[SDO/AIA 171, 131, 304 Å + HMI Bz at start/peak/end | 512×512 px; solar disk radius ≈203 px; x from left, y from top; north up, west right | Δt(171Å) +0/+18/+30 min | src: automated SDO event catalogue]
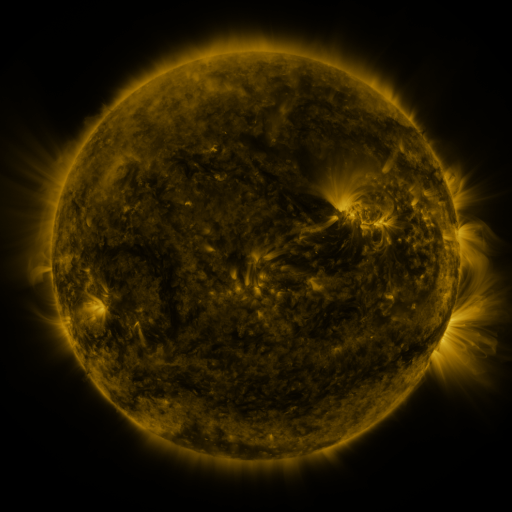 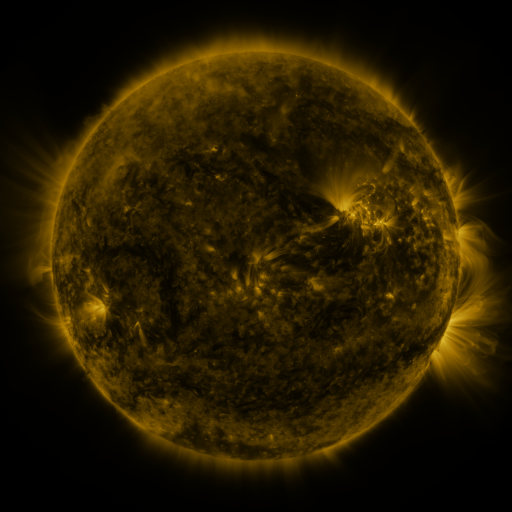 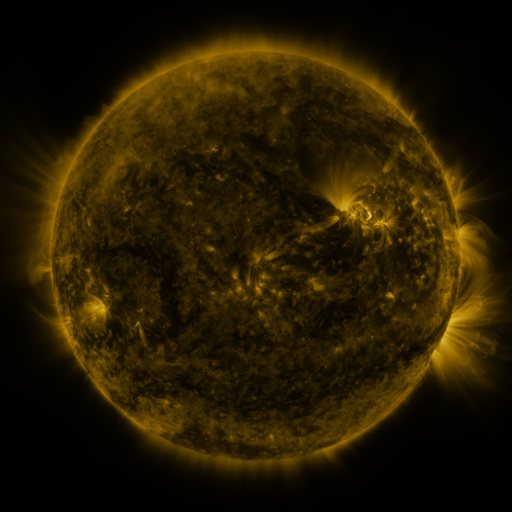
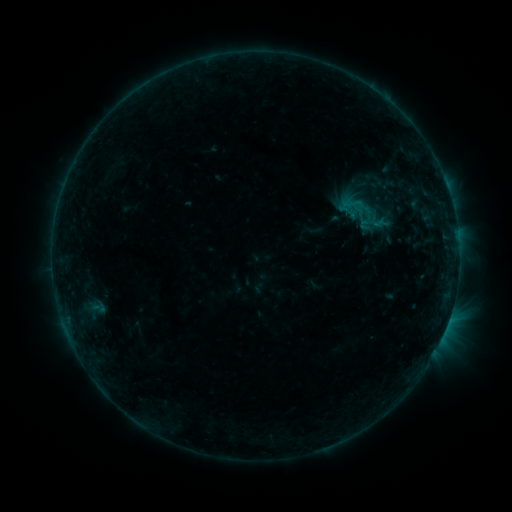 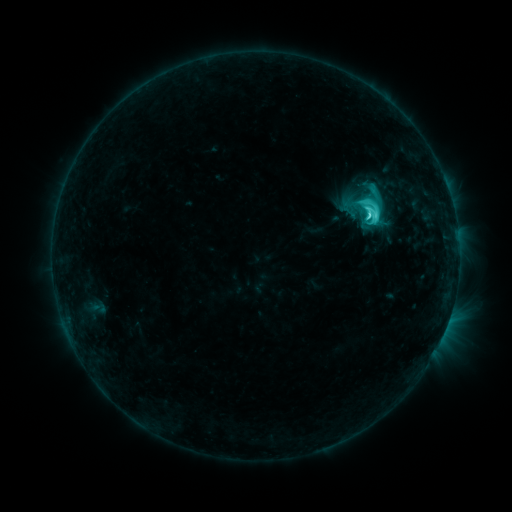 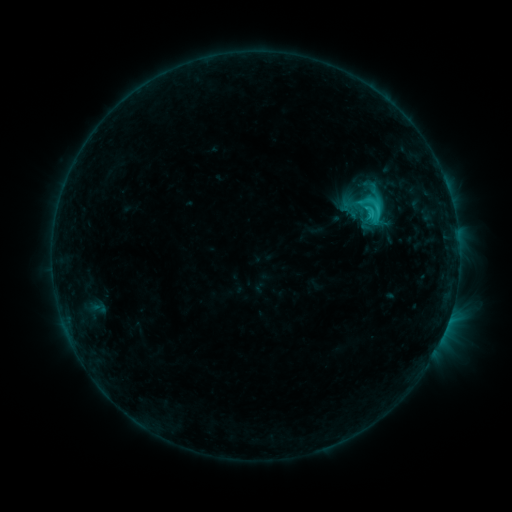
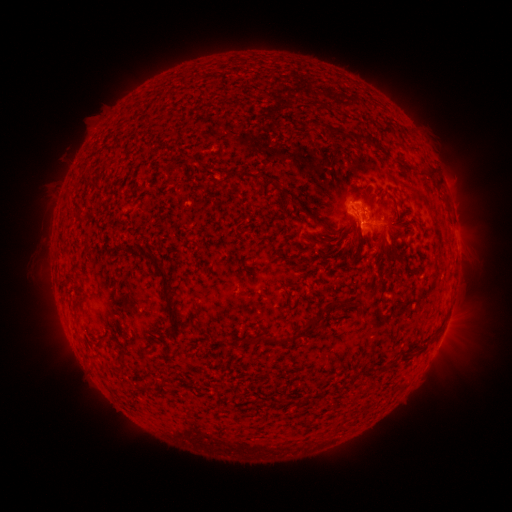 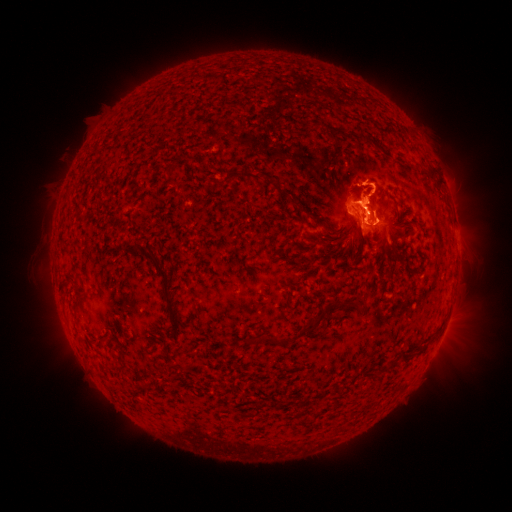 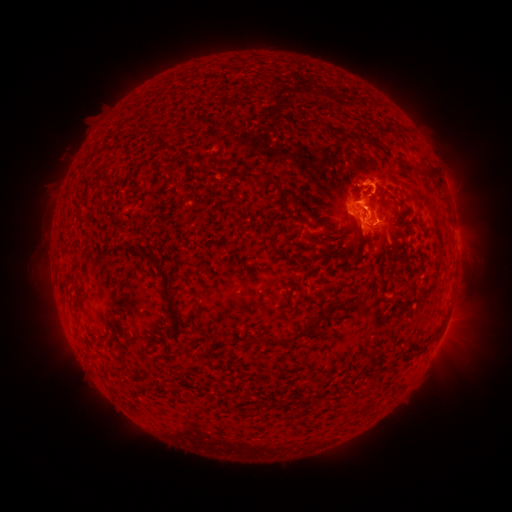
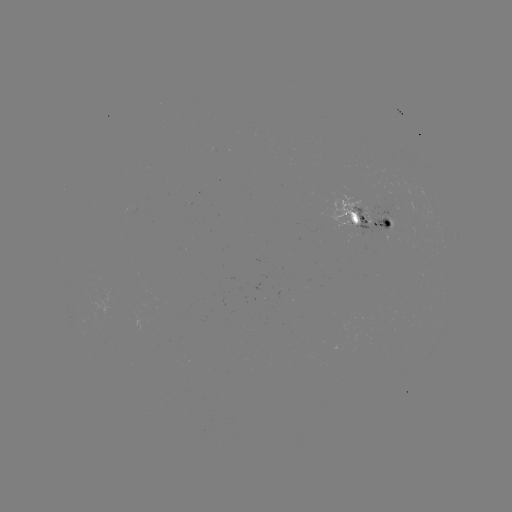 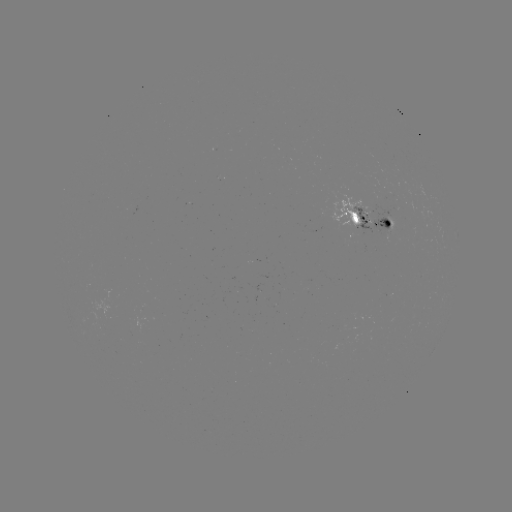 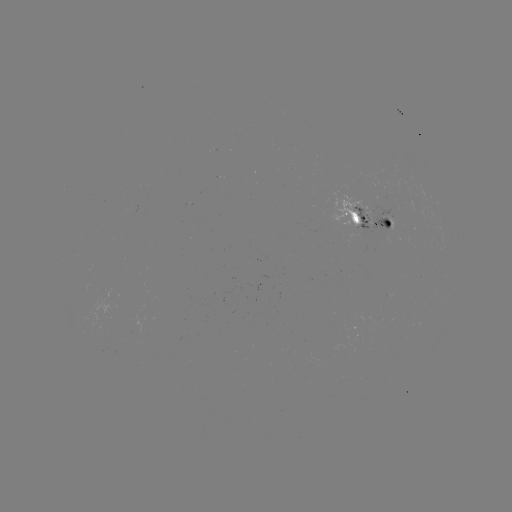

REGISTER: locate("C5.6 flare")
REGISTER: (369, 216)